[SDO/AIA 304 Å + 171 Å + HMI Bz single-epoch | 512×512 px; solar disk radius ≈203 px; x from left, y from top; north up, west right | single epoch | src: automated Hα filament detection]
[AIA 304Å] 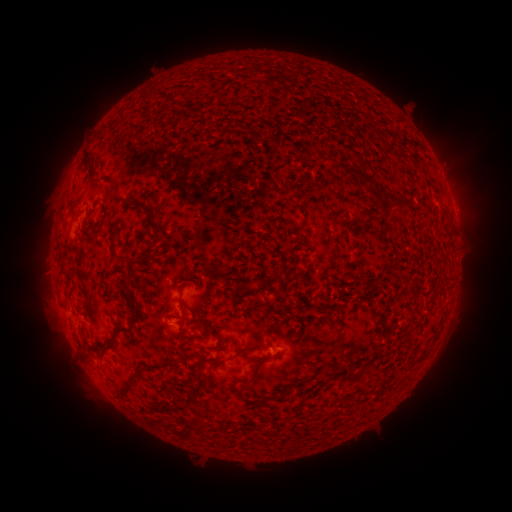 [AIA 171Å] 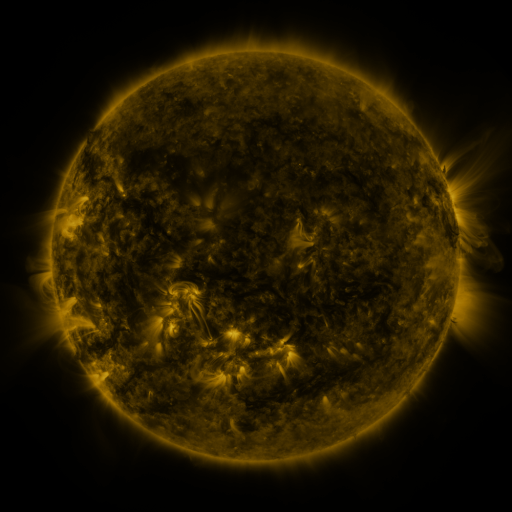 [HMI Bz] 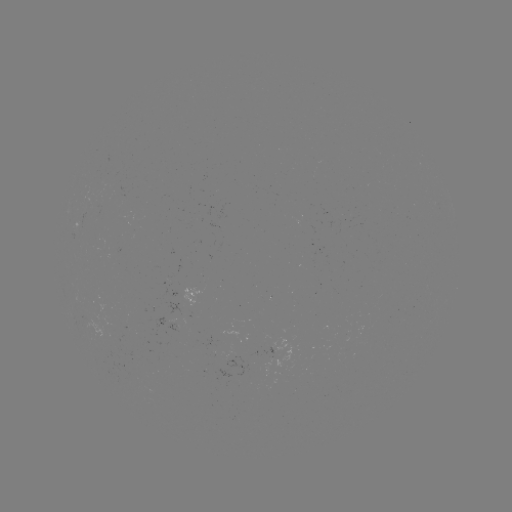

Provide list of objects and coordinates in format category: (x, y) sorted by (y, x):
filament: (350, 168)
filament: (112, 200)
filament: (399, 200)
filament: (141, 206)
filament: (152, 227)
filament: (269, 238)
filament: (132, 263)
filament: (188, 284)
filament: (243, 287)
filament: (132, 305)
filament: (186, 320)
filament: (194, 337)
filament: (115, 345)
filament: (251, 348)
filament: (202, 362)
filament: (366, 365)
filament: (167, 367)
filament: (258, 367)
filament: (129, 391)
filament: (284, 393)
filament: (193, 397)
filament: (183, 407)
